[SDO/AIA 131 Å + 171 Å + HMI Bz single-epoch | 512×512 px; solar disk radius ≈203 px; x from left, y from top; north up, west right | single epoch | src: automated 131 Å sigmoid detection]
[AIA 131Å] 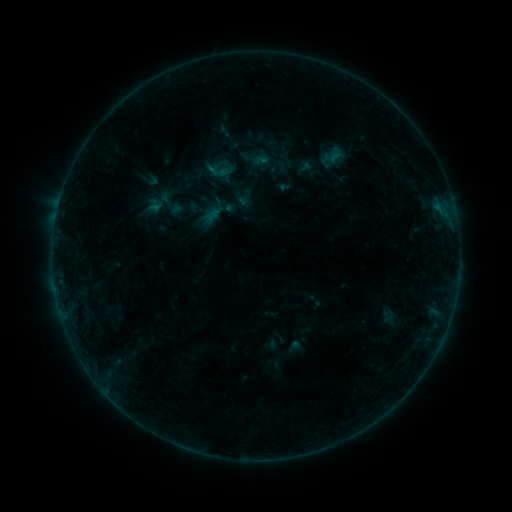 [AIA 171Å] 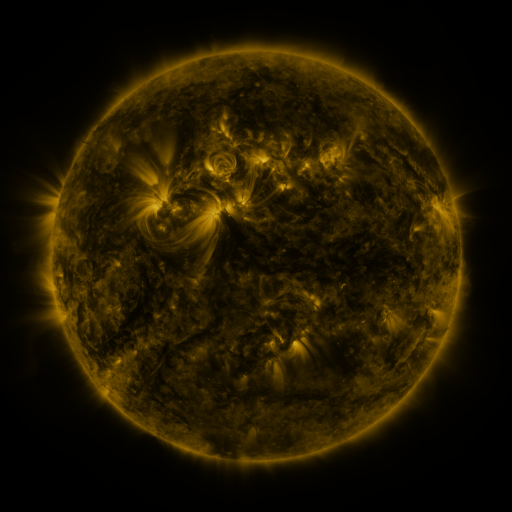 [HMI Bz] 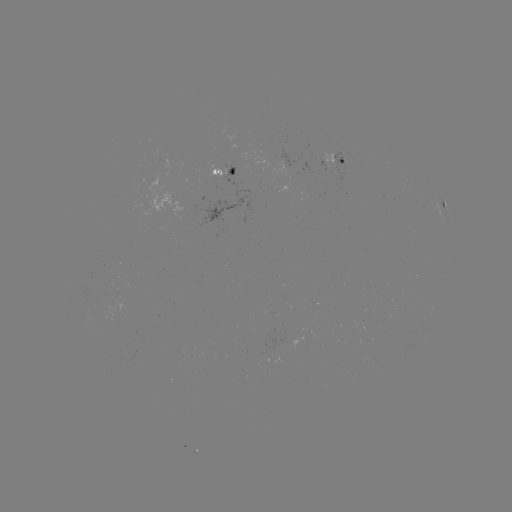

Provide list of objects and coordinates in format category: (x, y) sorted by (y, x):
sigmoid: (180, 211)
